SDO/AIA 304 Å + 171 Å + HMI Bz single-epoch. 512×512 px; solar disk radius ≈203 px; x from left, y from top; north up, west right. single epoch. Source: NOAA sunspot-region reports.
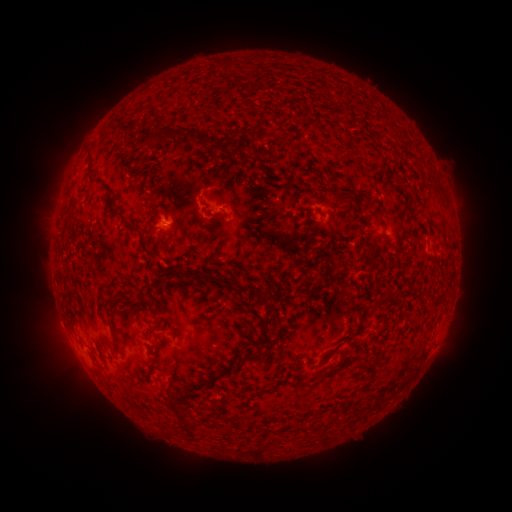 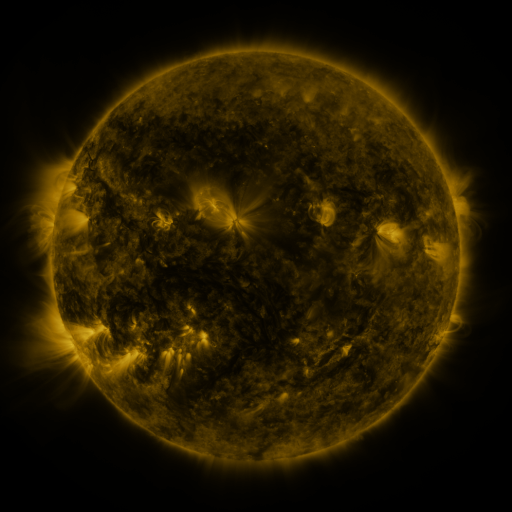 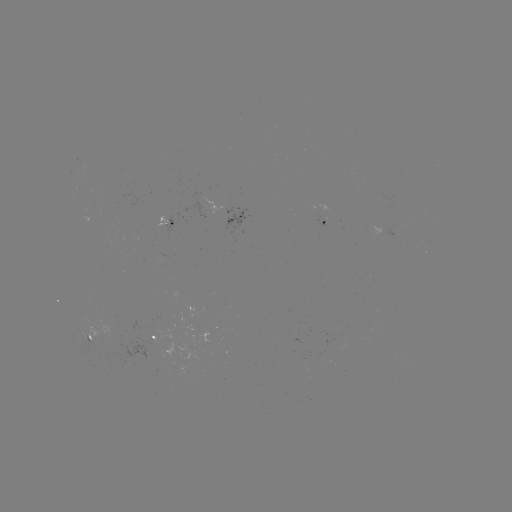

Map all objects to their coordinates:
spotted active region: (242, 217)
spotted active region: (326, 222)
spotted active region: (167, 339)
spotted active region: (112, 349)
